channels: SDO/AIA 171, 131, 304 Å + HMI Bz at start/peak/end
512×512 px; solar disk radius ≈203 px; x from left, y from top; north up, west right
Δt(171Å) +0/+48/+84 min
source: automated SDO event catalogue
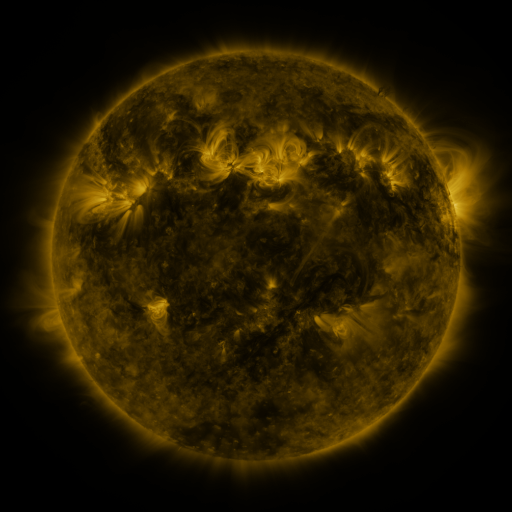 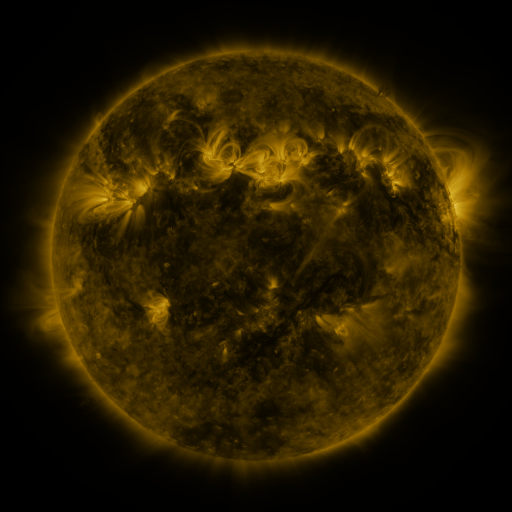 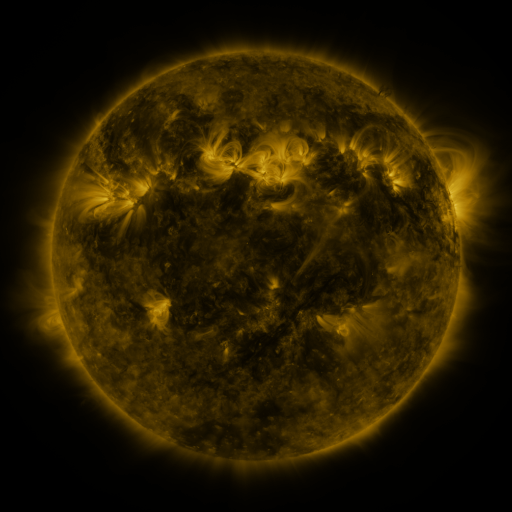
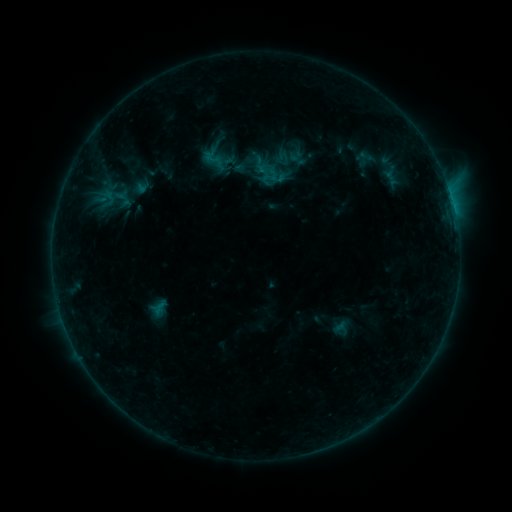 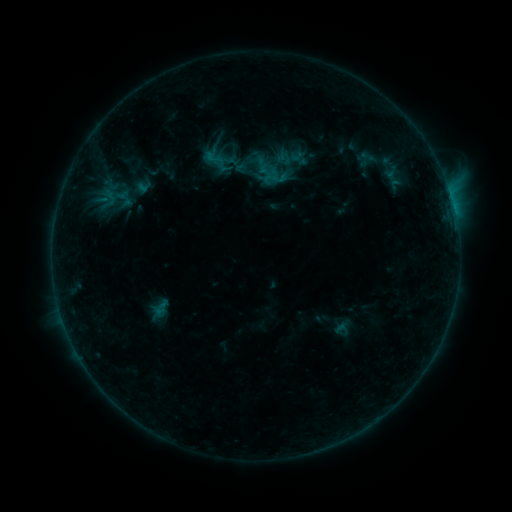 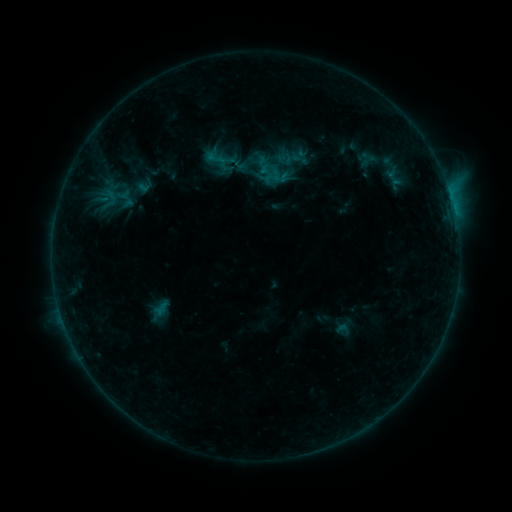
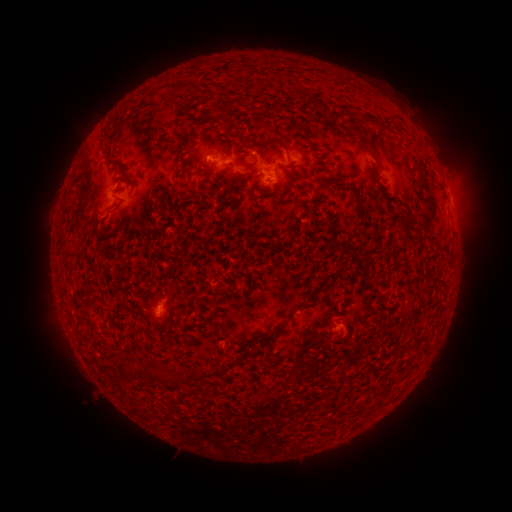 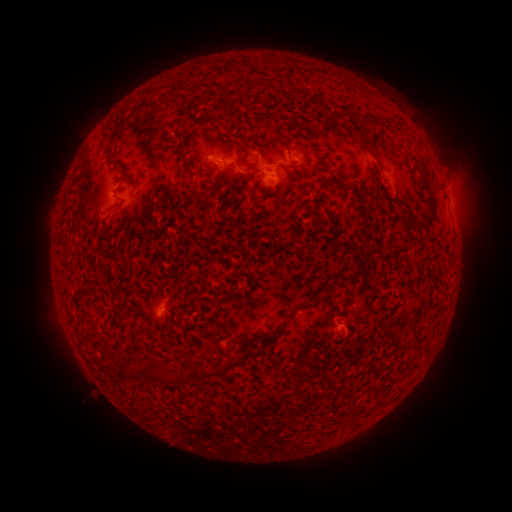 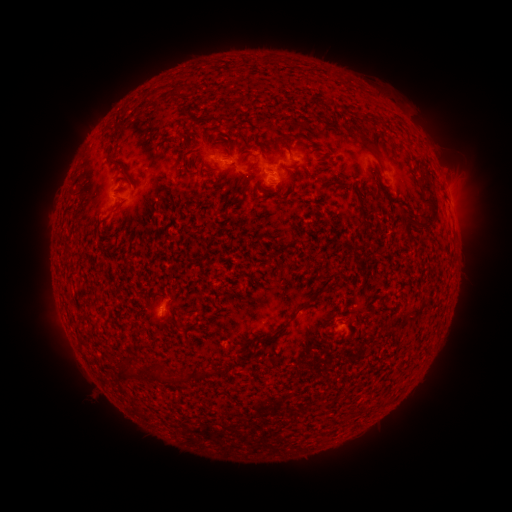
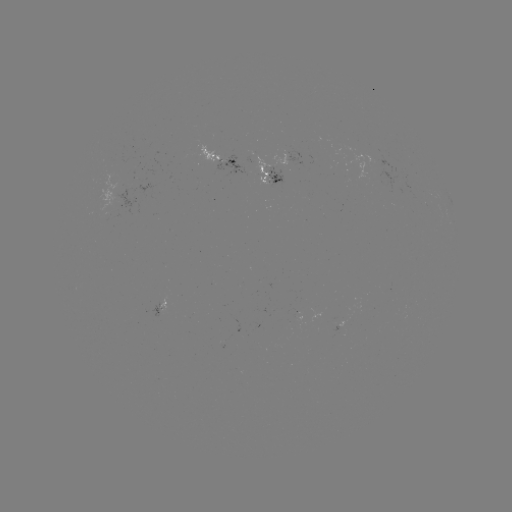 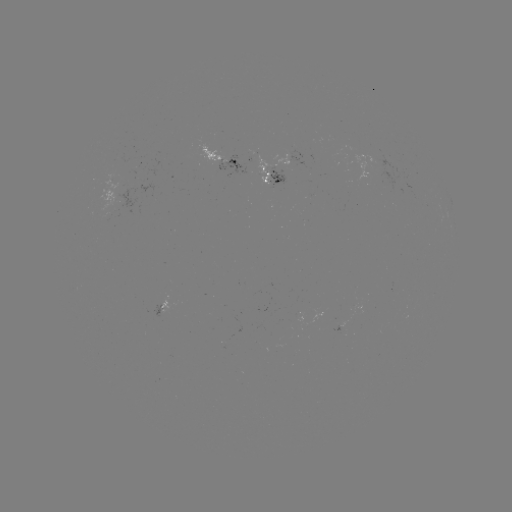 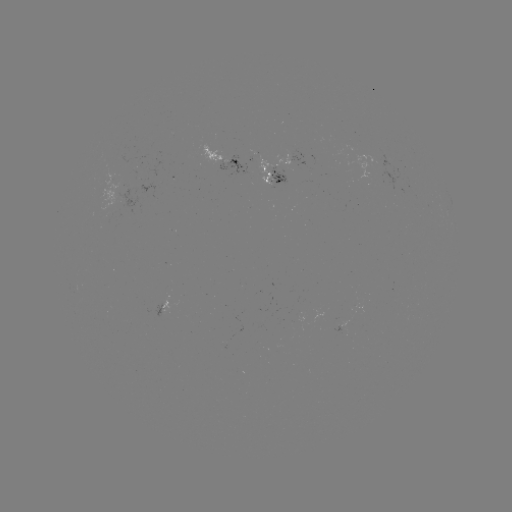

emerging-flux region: (151, 305, 165, 316)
